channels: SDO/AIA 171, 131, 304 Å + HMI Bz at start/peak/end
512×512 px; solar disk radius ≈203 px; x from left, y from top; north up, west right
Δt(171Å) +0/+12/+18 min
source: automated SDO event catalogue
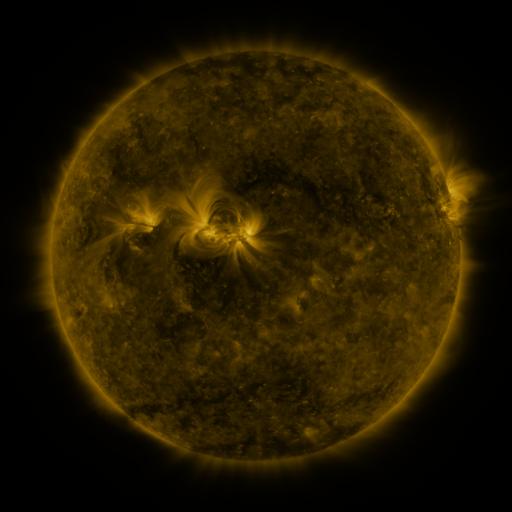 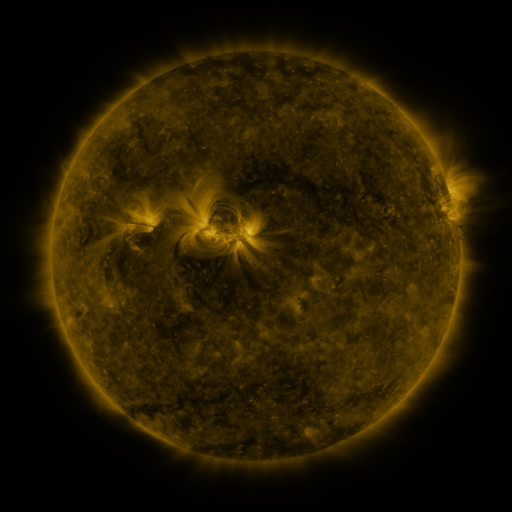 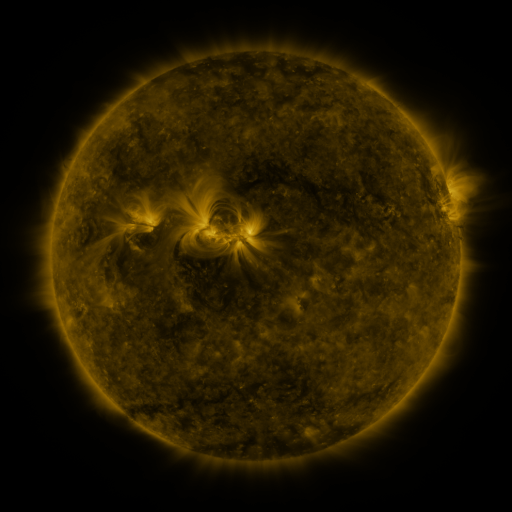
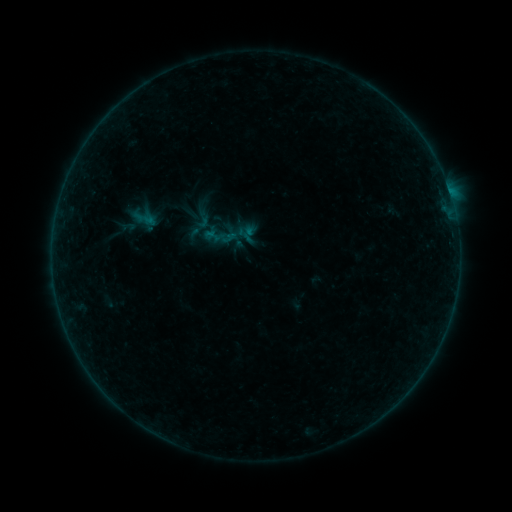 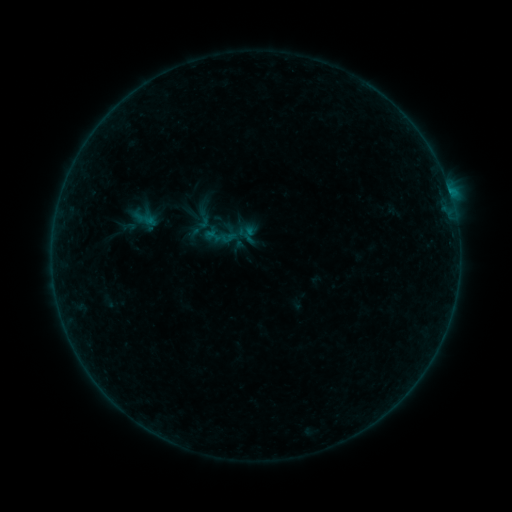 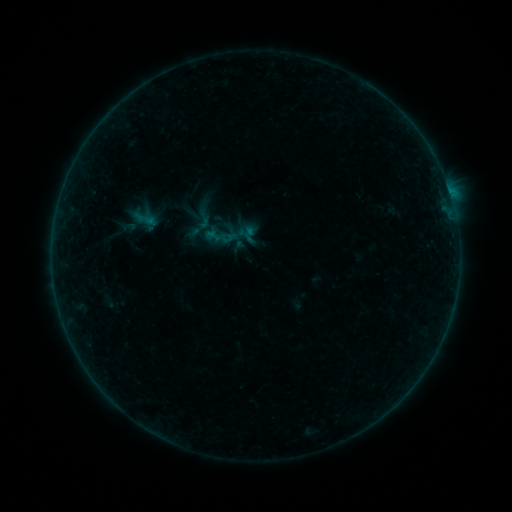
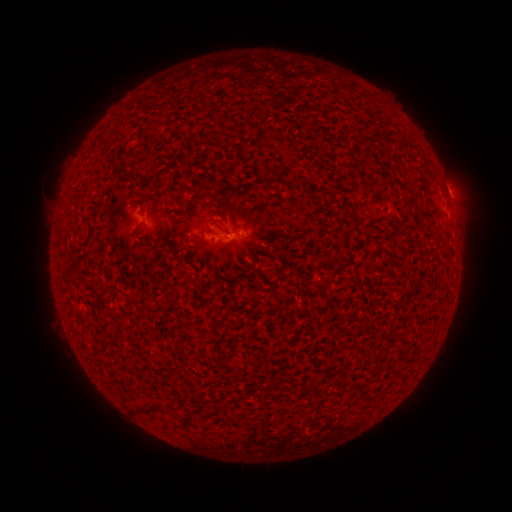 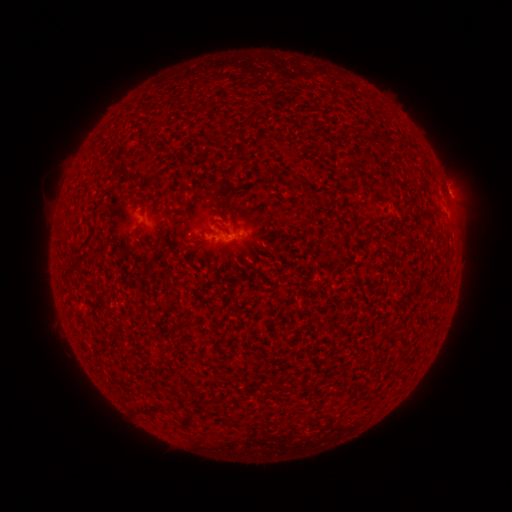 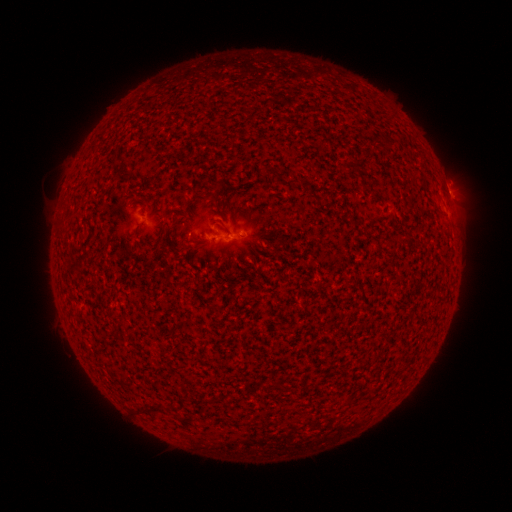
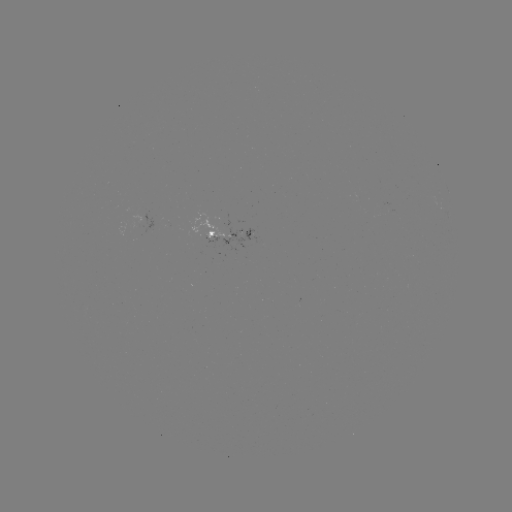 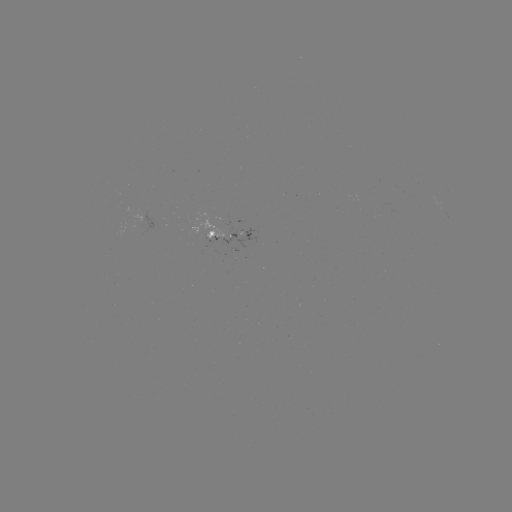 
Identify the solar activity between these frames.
B1.8 flare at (450, 196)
